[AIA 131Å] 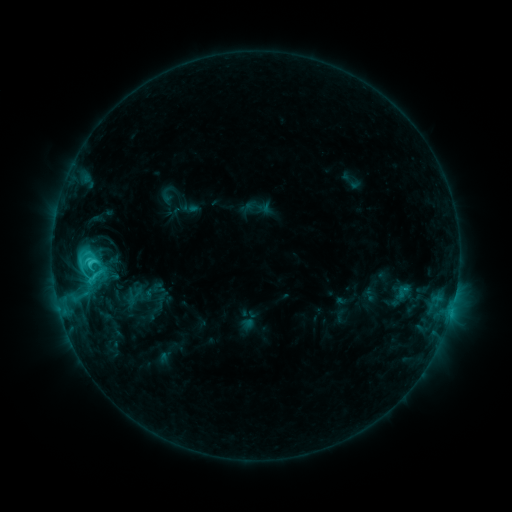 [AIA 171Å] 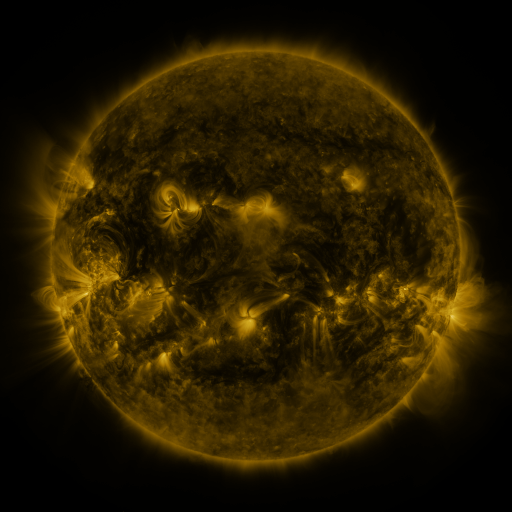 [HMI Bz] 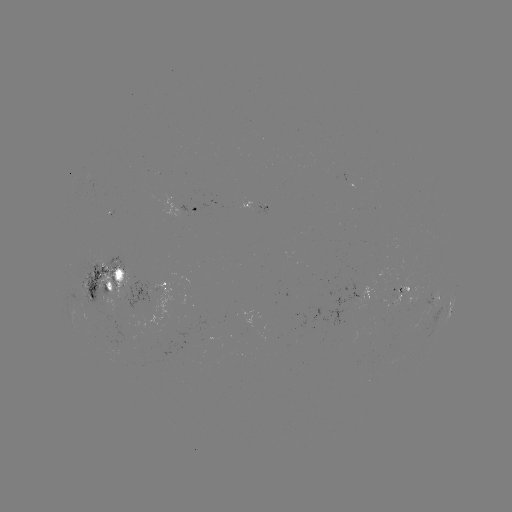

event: sigmoid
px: (95, 275)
